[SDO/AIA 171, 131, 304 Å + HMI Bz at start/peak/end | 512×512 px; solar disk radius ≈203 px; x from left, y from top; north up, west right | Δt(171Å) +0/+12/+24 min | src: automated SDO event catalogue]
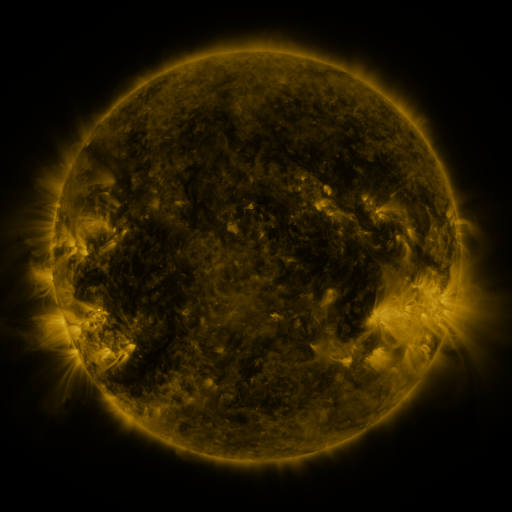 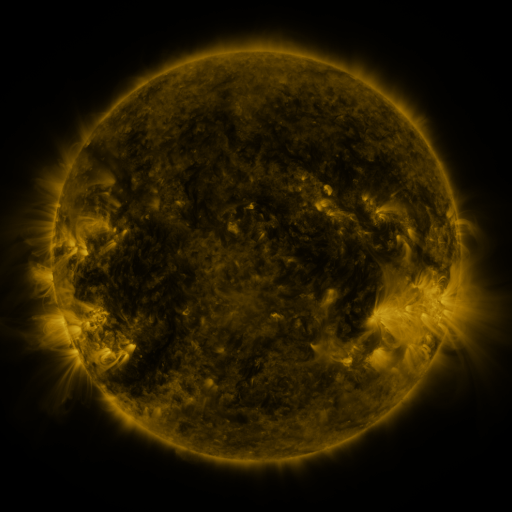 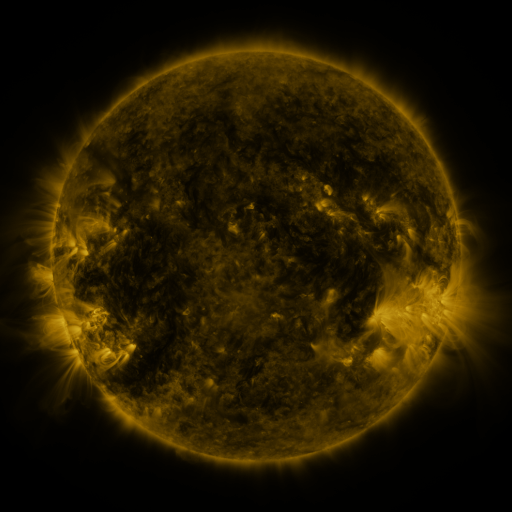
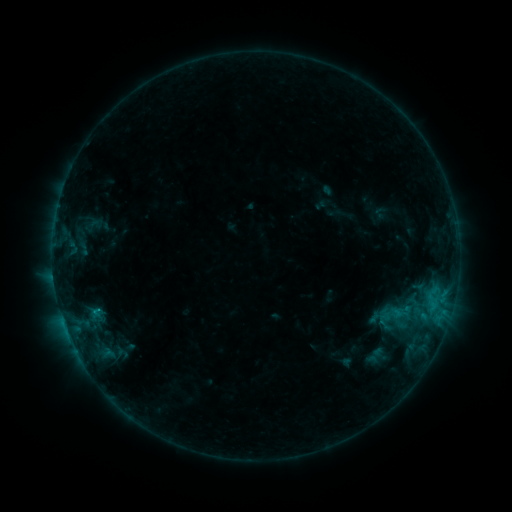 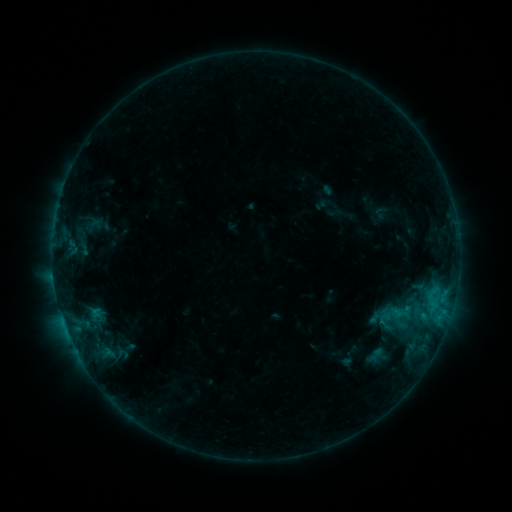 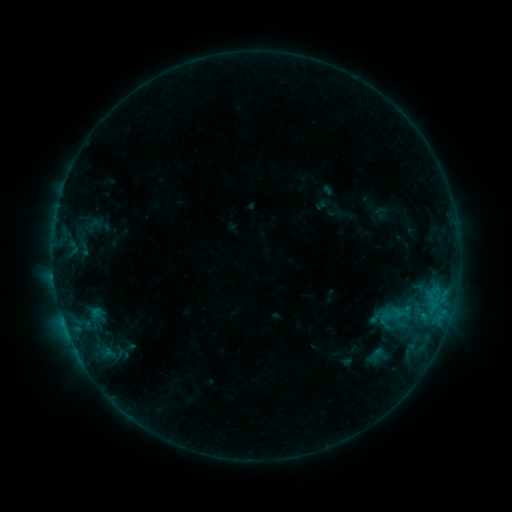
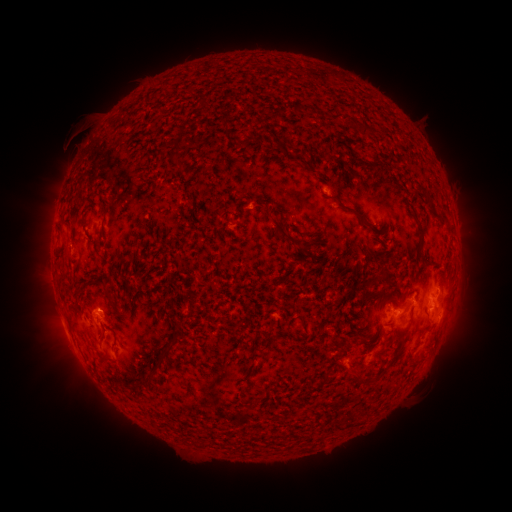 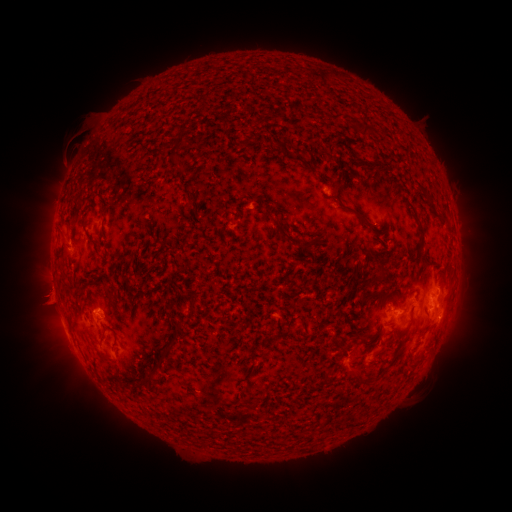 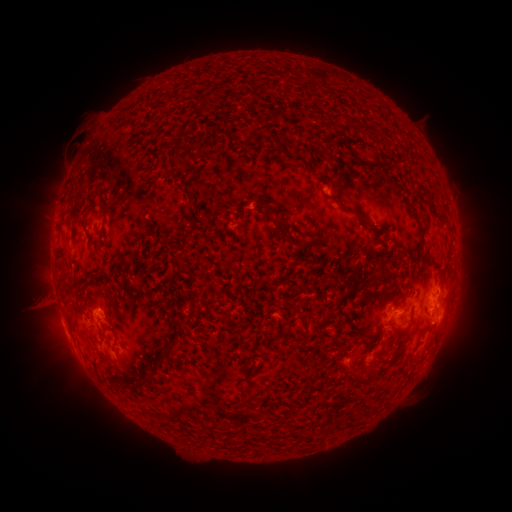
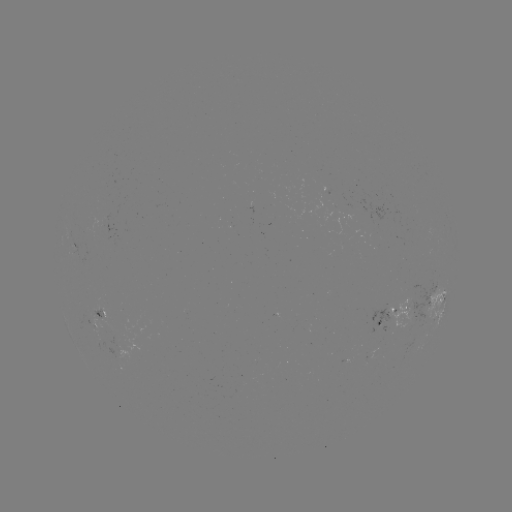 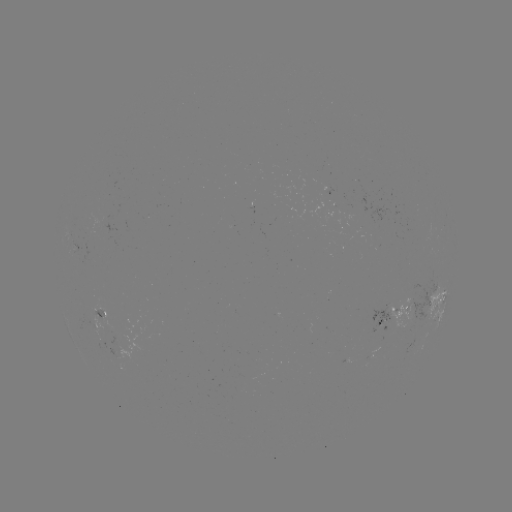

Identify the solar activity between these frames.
eruption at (41, 304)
